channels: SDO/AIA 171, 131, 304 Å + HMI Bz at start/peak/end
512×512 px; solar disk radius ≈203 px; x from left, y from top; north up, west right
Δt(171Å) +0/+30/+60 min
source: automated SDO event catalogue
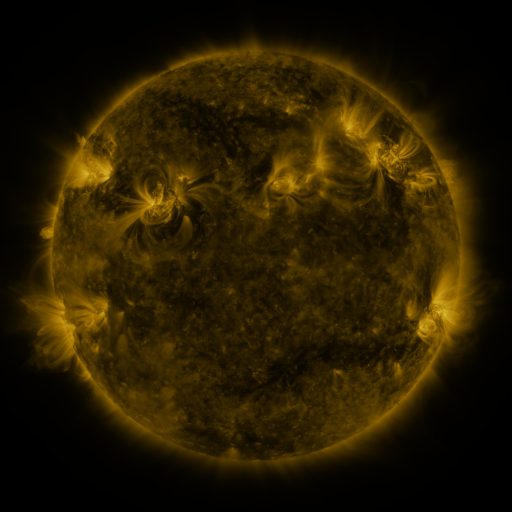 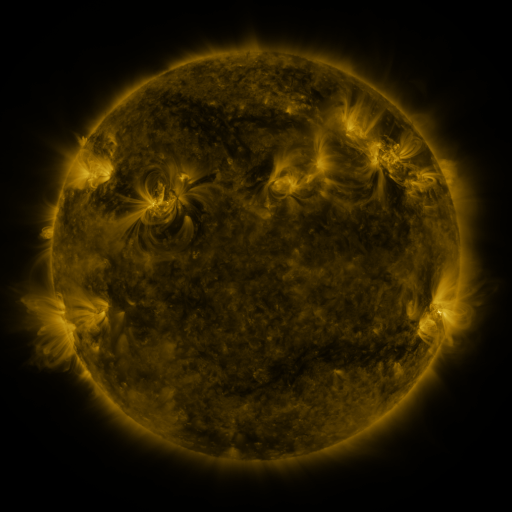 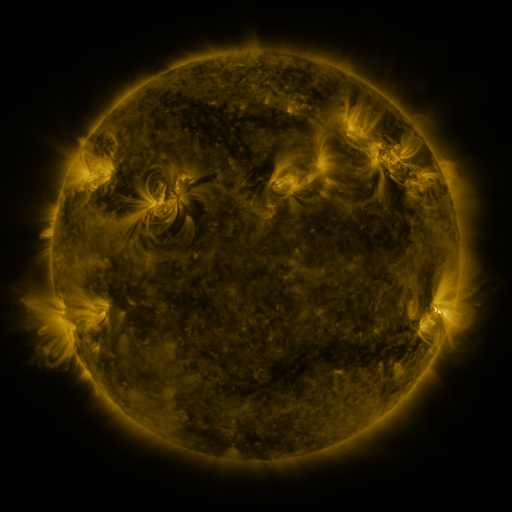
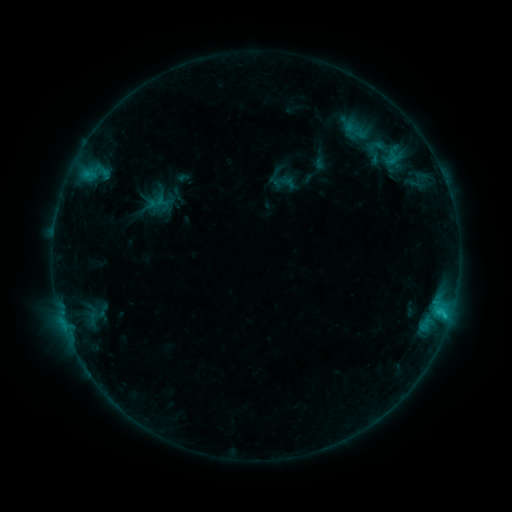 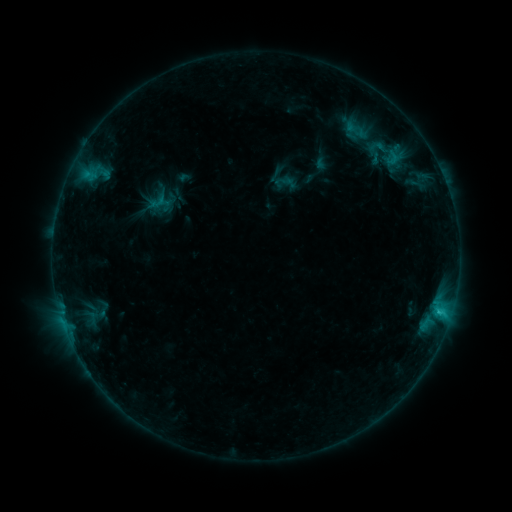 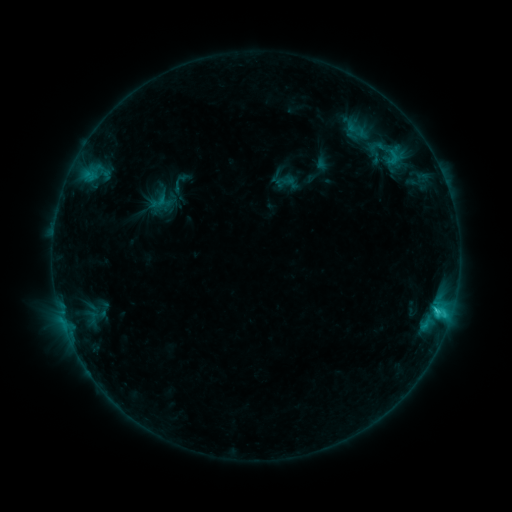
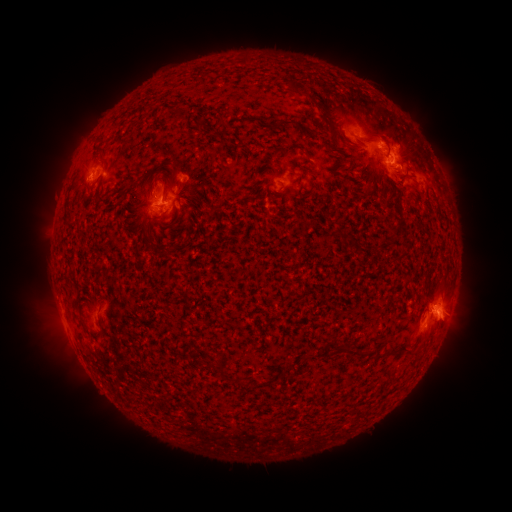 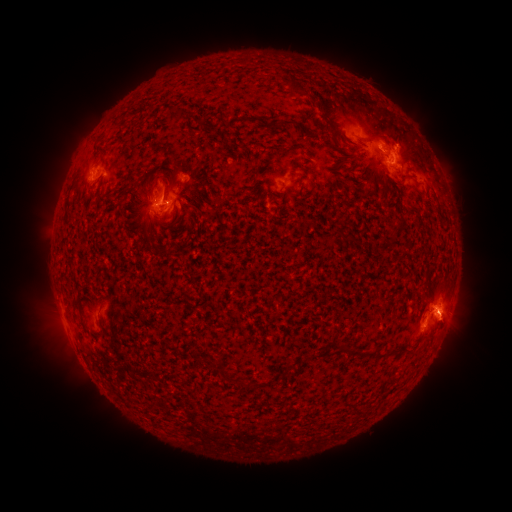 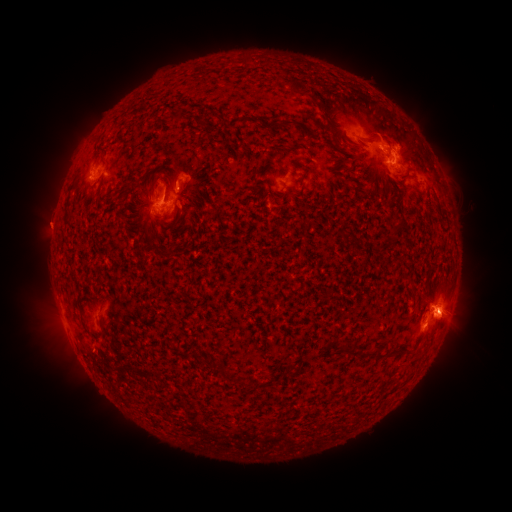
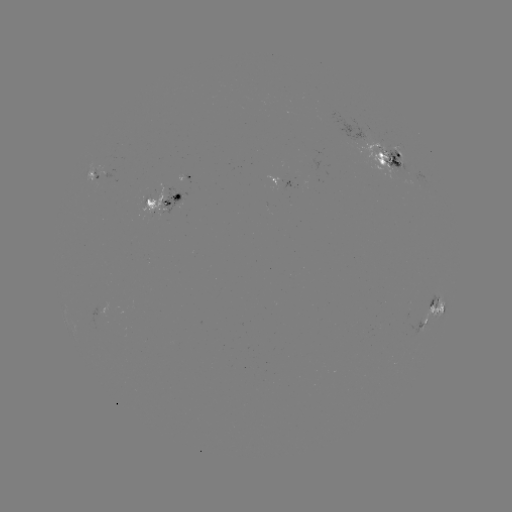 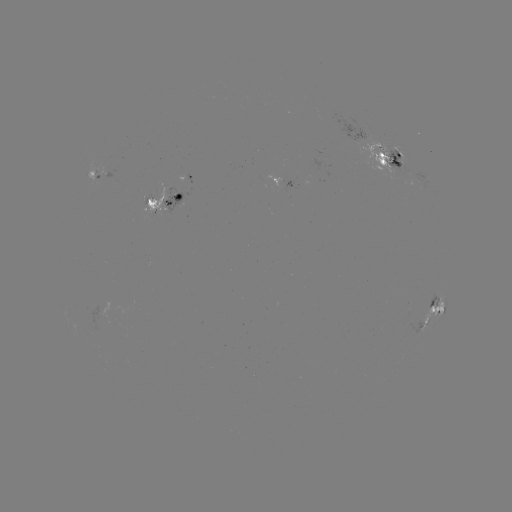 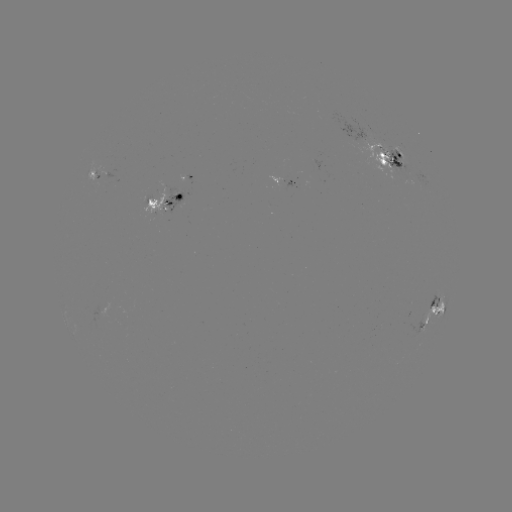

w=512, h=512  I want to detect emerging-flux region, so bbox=[372, 164, 385, 171].